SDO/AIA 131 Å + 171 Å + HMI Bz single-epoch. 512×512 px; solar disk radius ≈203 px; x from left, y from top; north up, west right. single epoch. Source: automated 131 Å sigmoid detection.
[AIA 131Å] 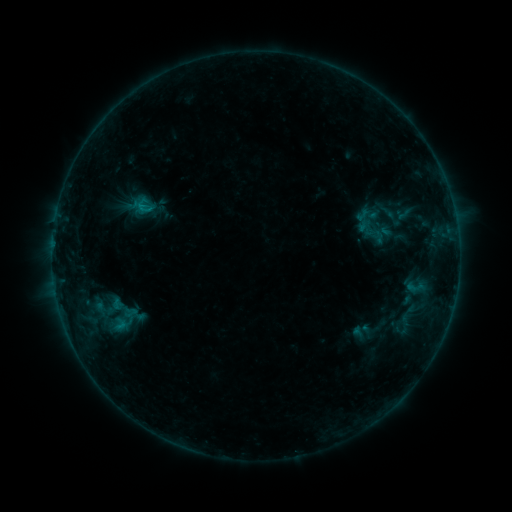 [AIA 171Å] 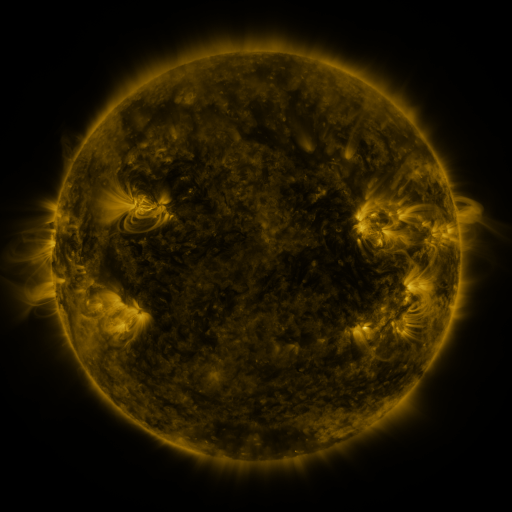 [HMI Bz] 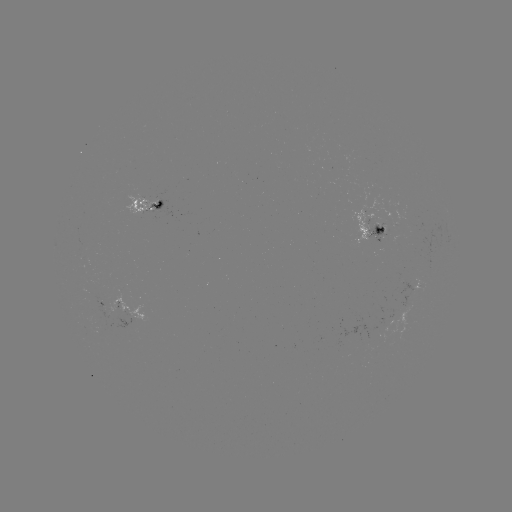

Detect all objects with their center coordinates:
sigmoid: (374, 219)
sigmoid: (416, 288)
